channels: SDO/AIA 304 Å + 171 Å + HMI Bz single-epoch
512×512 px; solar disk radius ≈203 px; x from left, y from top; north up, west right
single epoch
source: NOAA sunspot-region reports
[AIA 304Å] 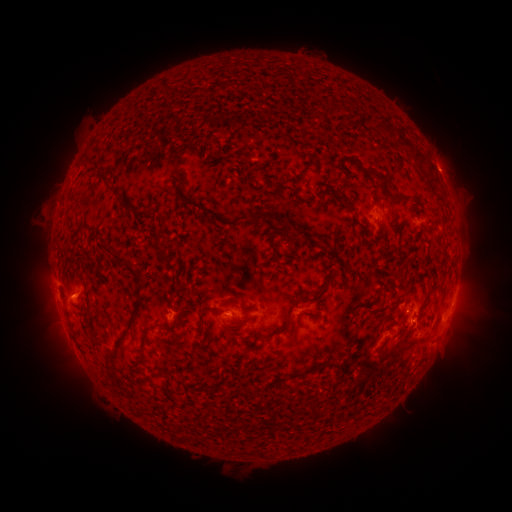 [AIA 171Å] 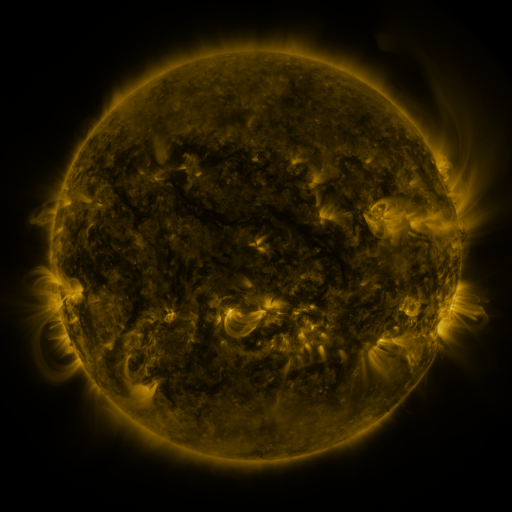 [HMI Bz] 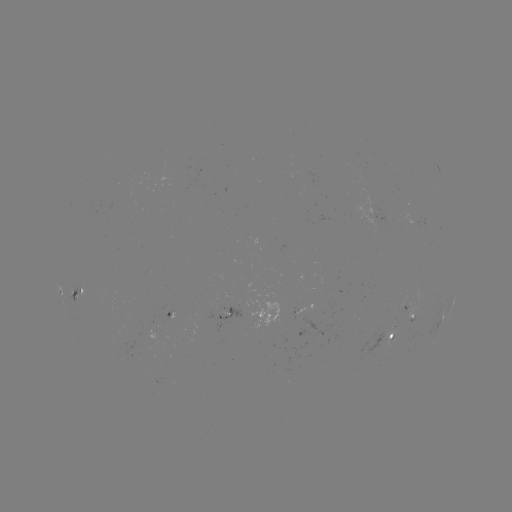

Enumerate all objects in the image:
spotted active region: (379, 218)
spotted active region: (77, 295)
spotted active region: (453, 301)
spotted active region: (310, 302)
spotted active region: (411, 311)
spotted active region: (443, 317)
spotted active region: (232, 319)
spotted active region: (252, 319)
spotted active region: (172, 323)
spotted active region: (395, 337)
